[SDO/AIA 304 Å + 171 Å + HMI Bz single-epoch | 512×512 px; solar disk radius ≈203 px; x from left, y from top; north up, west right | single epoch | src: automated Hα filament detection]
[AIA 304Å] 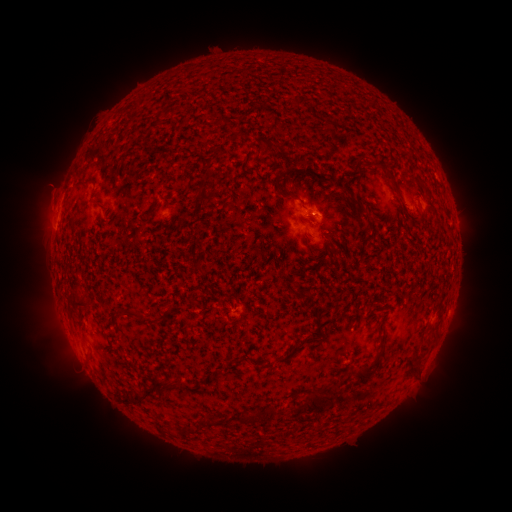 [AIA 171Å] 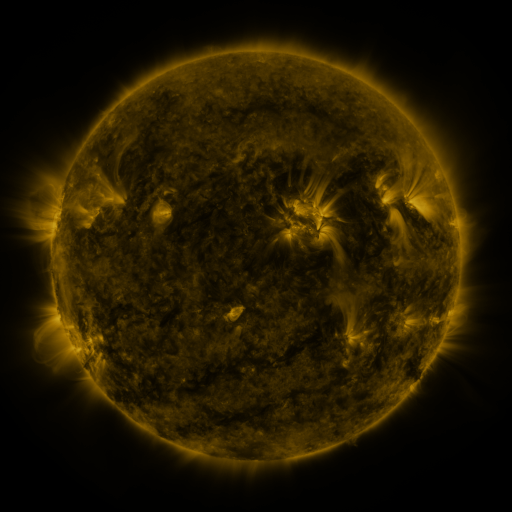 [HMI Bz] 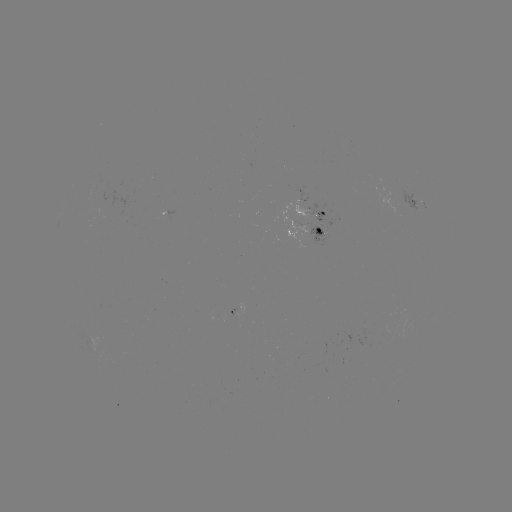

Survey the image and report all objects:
filament: (288, 96, 300, 108)
filament: (152, 109, 167, 126)
filament: (255, 137, 272, 149)
filament: (352, 158, 361, 170)
filament: (202, 167, 212, 176)
filament: (384, 167, 399, 195)
filament: (271, 171, 294, 199)
filament: (422, 182, 430, 194)
filament: (195, 189, 213, 203)
filament: (355, 196, 364, 215)
filament: (90, 200, 101, 207)
filament: (413, 205, 426, 218)
filament: (191, 261, 202, 273)
filament: (72, 285, 91, 313)
filament: (145, 317, 156, 325)
filament: (431, 328, 439, 339)
filament: (277, 343, 302, 362)
filament: (357, 361, 376, 383)
filament: (179, 375, 189, 391)
filament: (124, 377, 175, 406)
filament: (301, 390, 333, 412)
filament: (240, 402, 282, 423)
filament: (206, 417, 220, 427)
filament: (186, 425, 201, 435)
